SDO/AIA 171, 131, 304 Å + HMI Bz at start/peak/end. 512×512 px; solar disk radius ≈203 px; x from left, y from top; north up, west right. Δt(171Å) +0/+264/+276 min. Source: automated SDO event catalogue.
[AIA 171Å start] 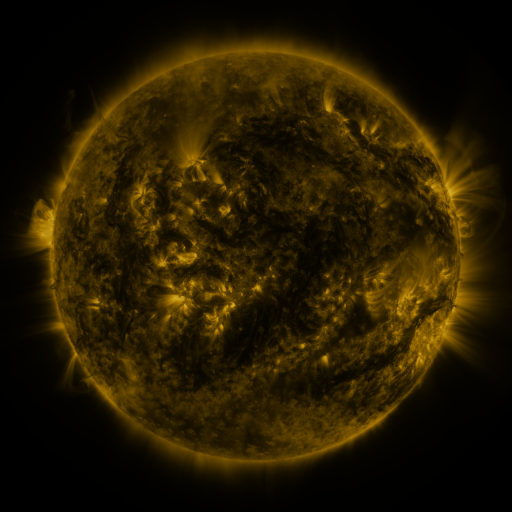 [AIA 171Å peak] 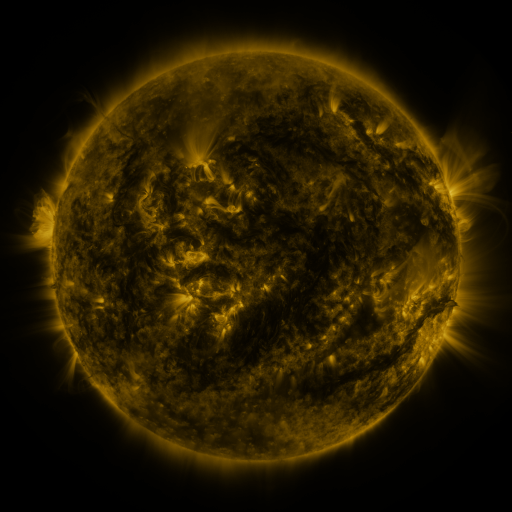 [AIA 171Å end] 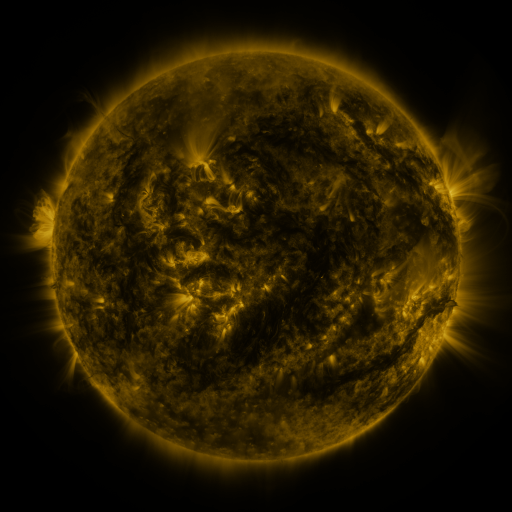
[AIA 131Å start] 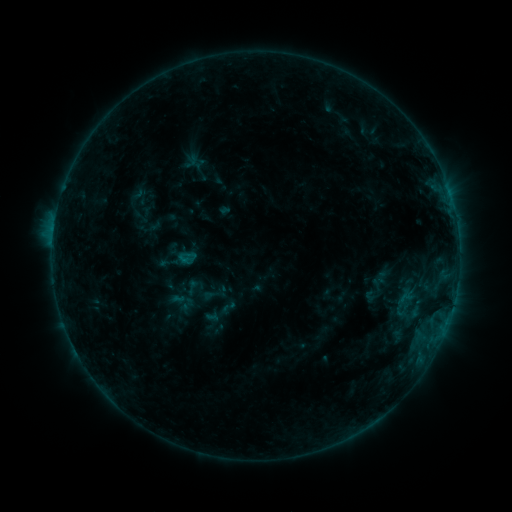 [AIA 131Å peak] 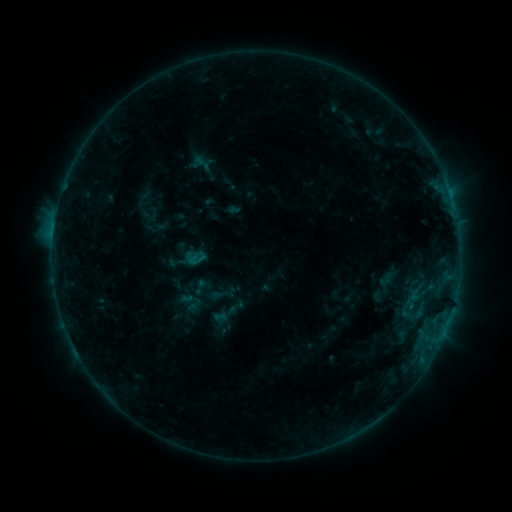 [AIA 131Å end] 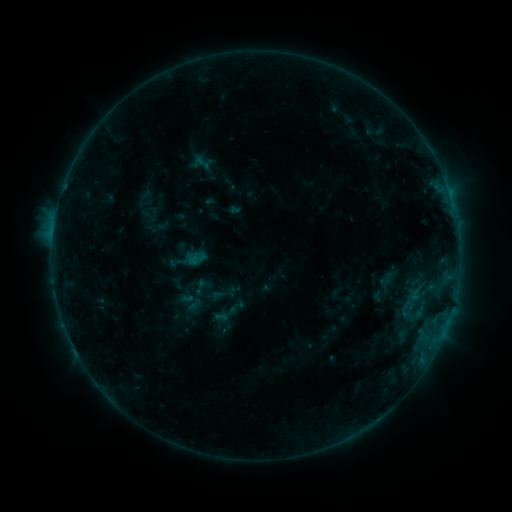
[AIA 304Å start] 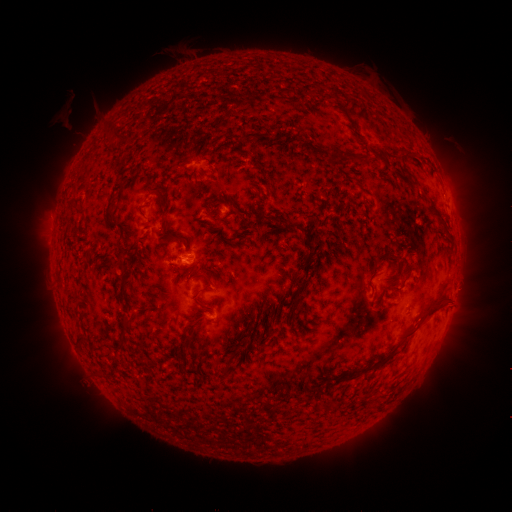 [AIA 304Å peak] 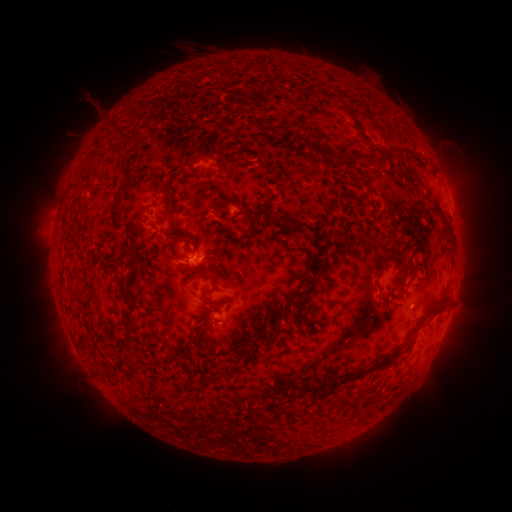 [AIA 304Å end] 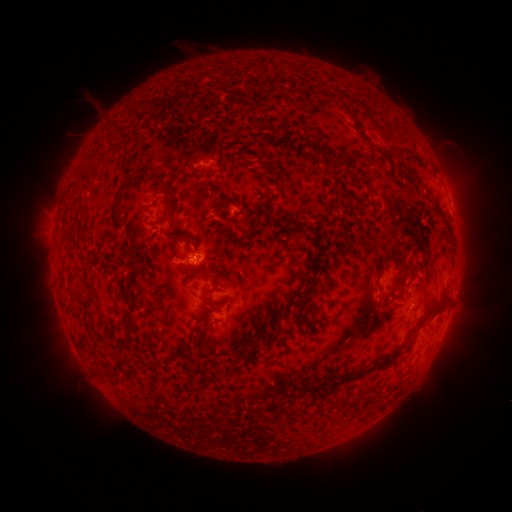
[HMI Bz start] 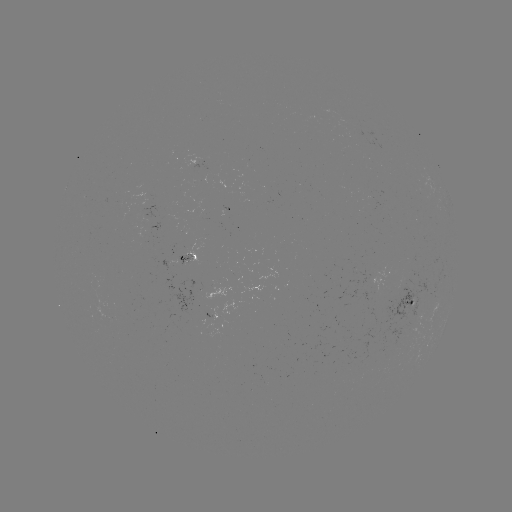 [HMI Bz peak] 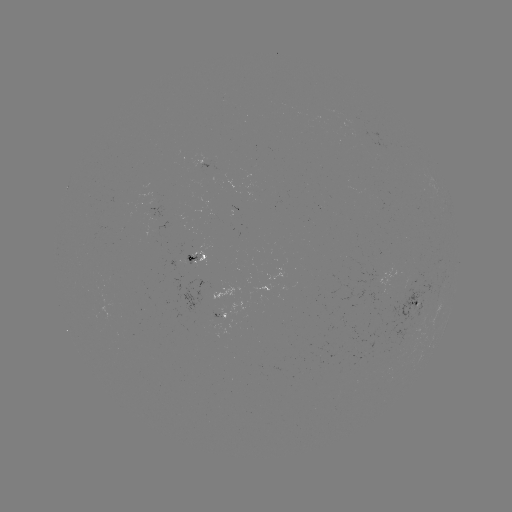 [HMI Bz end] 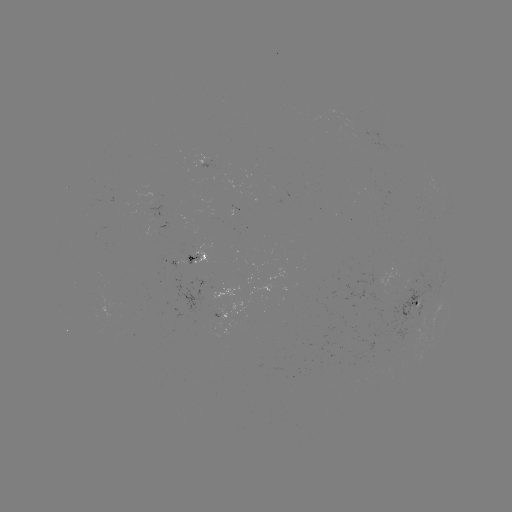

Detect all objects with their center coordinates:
emerging-flux region: (408, 295)
